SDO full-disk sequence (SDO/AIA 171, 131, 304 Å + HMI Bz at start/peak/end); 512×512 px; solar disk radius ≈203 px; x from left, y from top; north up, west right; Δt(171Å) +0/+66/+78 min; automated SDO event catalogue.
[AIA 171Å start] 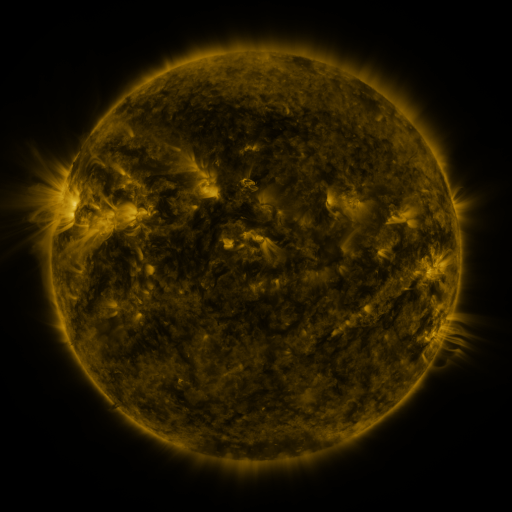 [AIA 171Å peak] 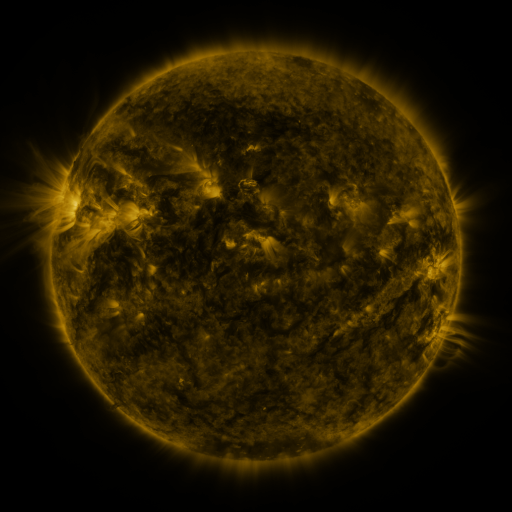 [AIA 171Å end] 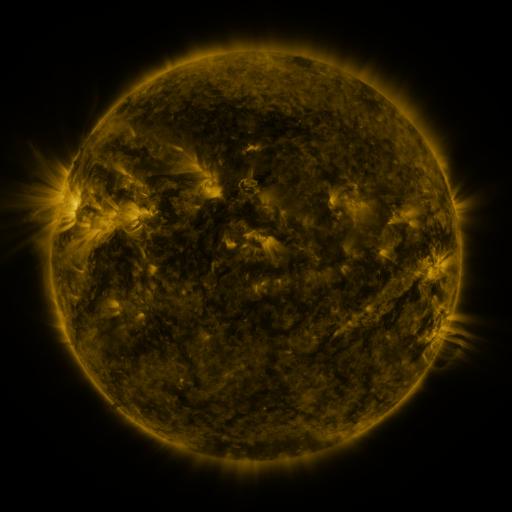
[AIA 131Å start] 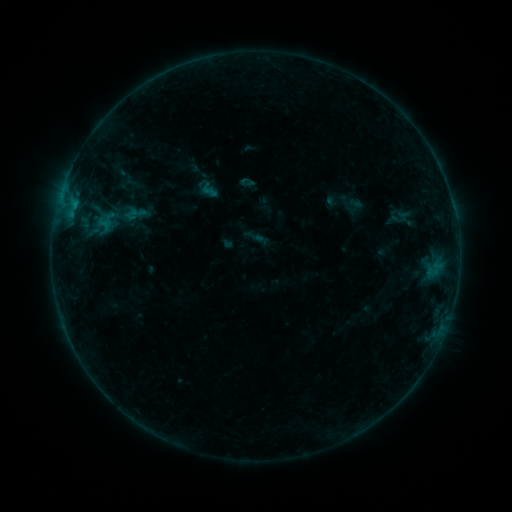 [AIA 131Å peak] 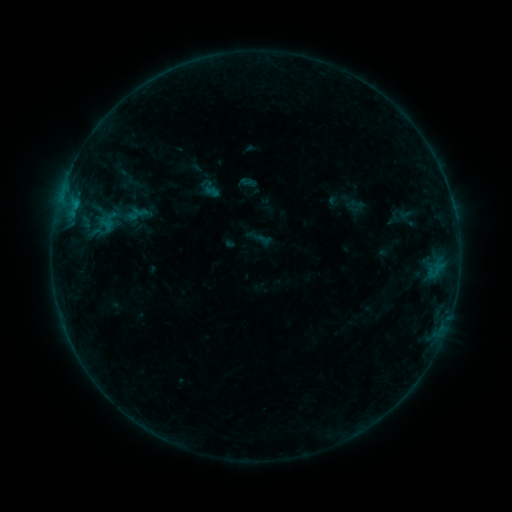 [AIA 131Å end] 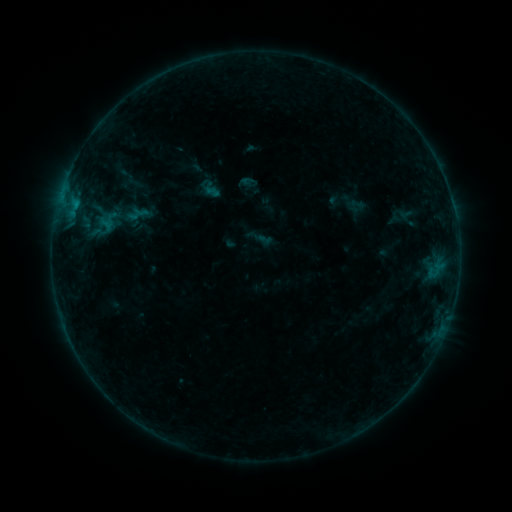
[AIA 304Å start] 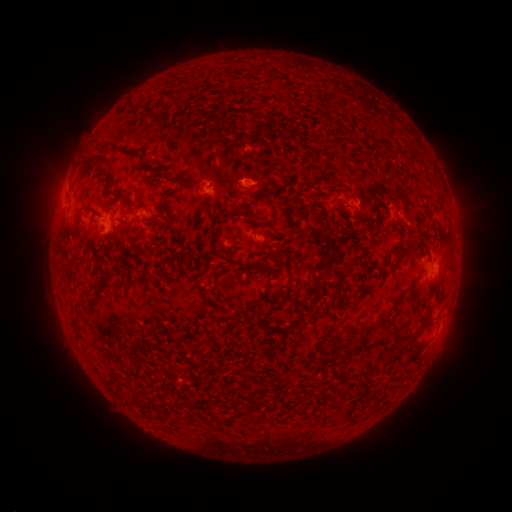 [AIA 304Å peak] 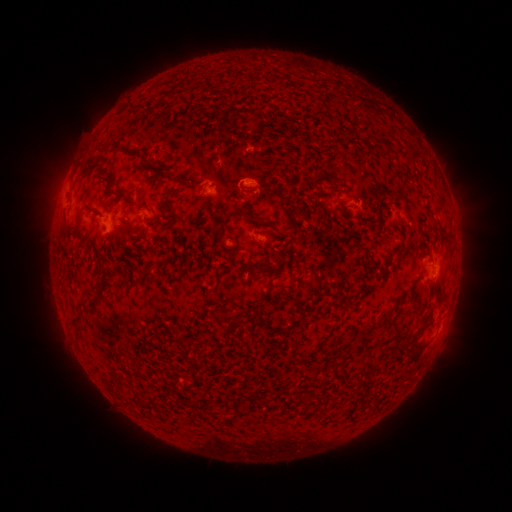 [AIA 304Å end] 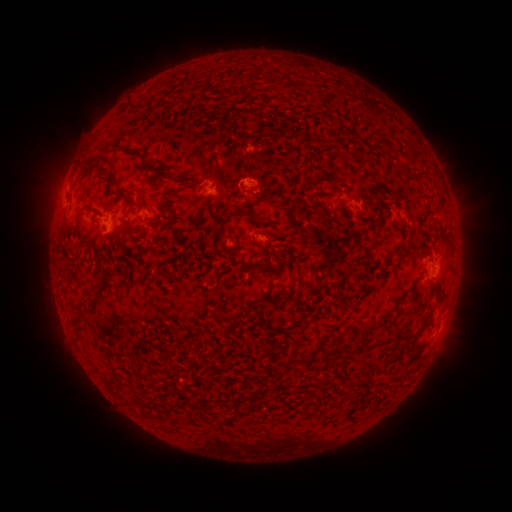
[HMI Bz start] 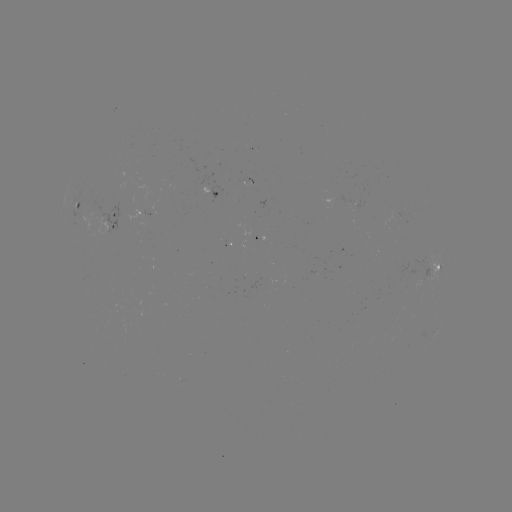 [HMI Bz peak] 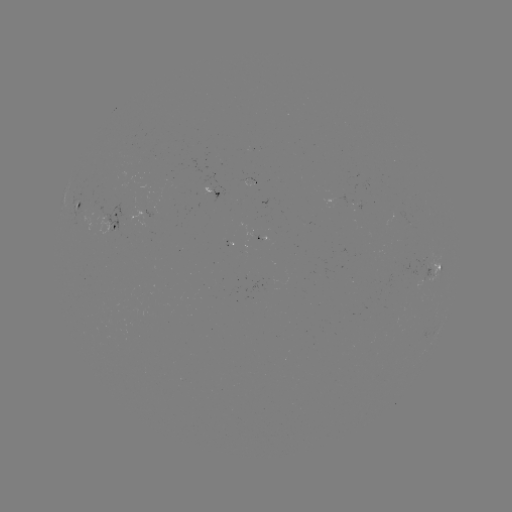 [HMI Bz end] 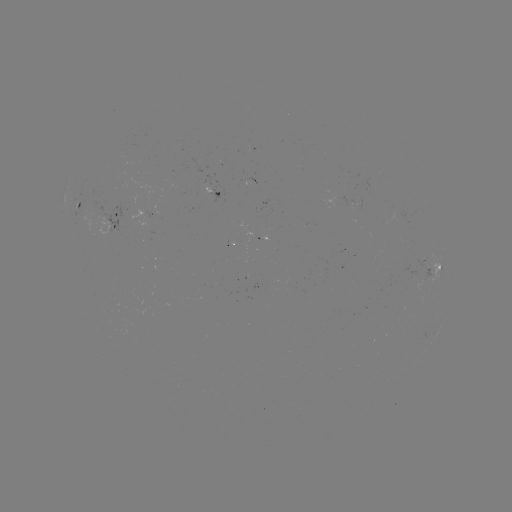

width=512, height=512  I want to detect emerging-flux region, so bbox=[239, 179, 254, 187].